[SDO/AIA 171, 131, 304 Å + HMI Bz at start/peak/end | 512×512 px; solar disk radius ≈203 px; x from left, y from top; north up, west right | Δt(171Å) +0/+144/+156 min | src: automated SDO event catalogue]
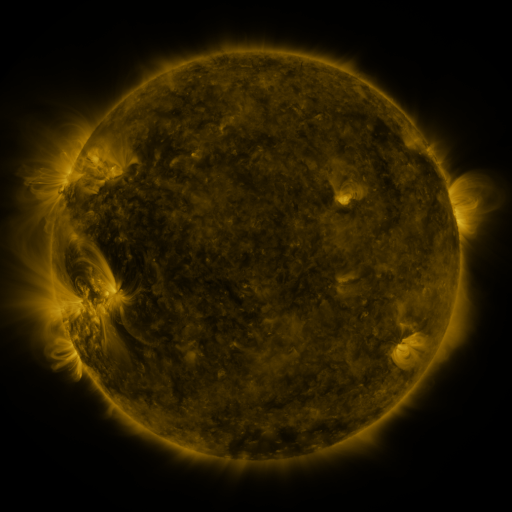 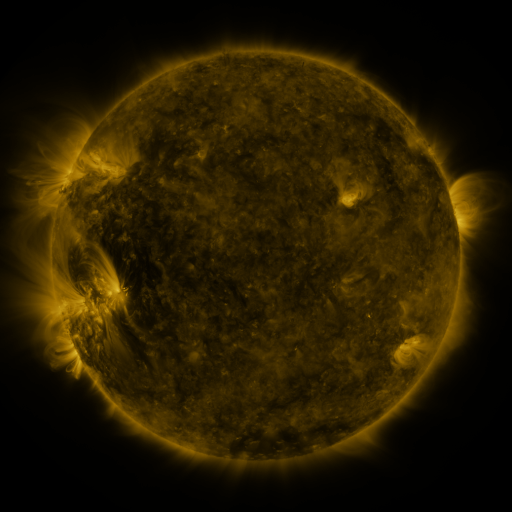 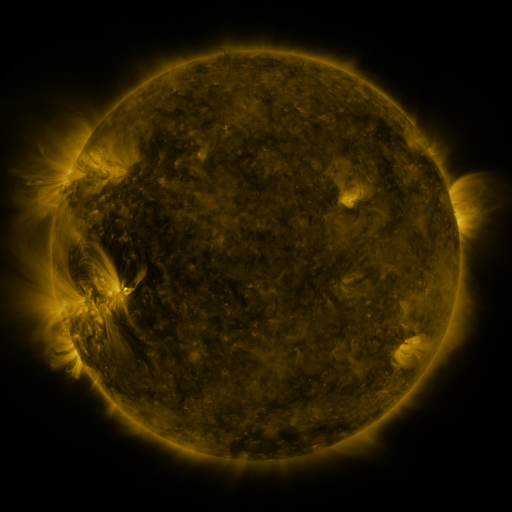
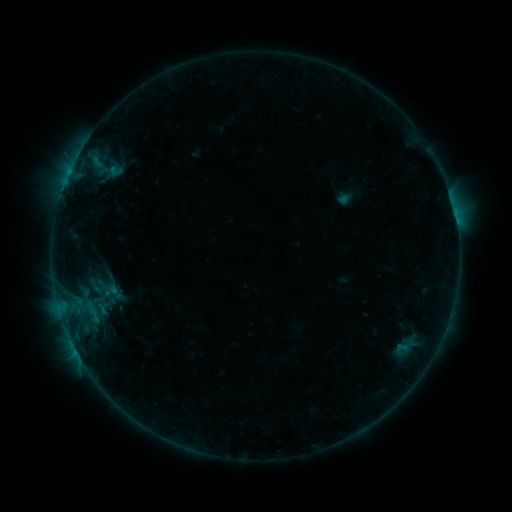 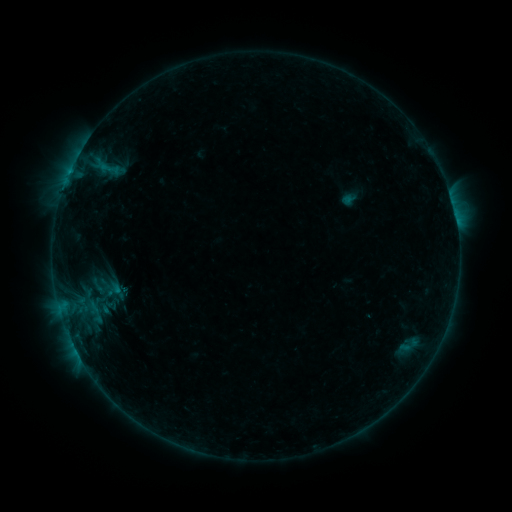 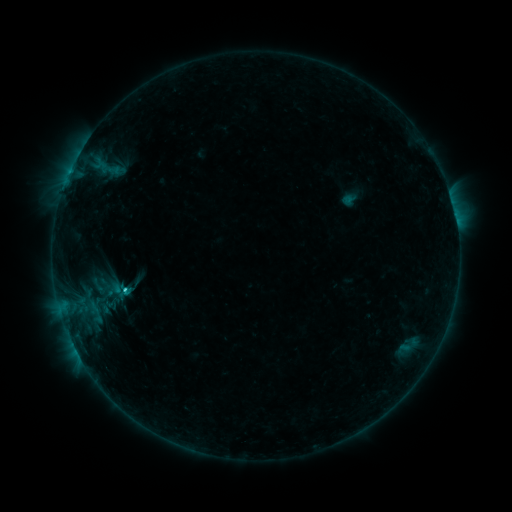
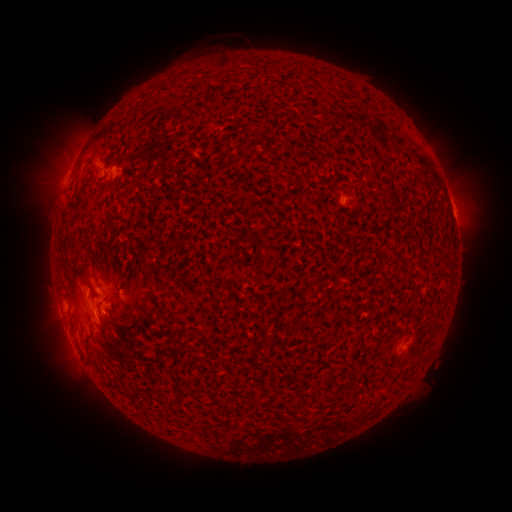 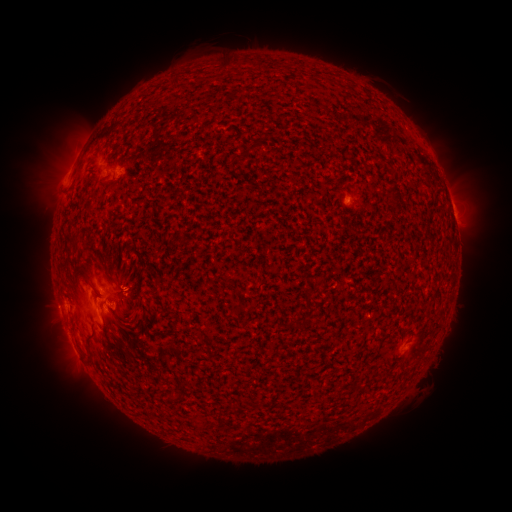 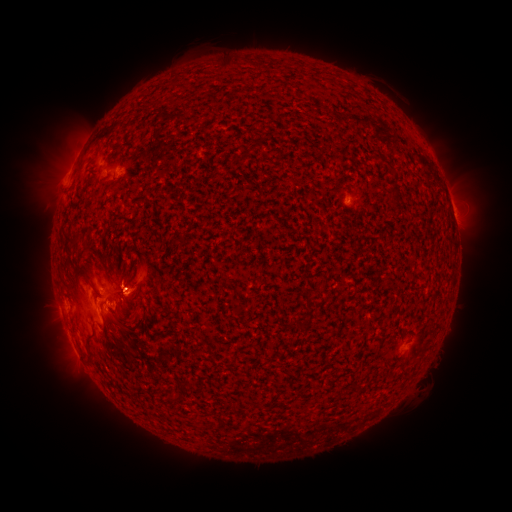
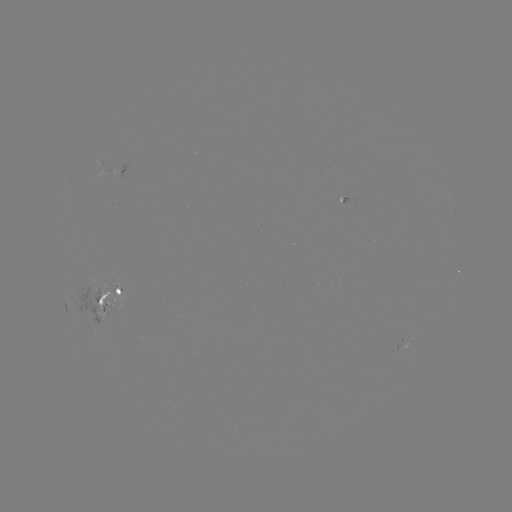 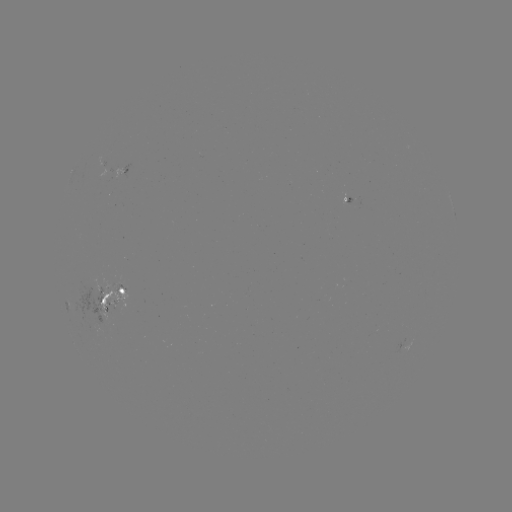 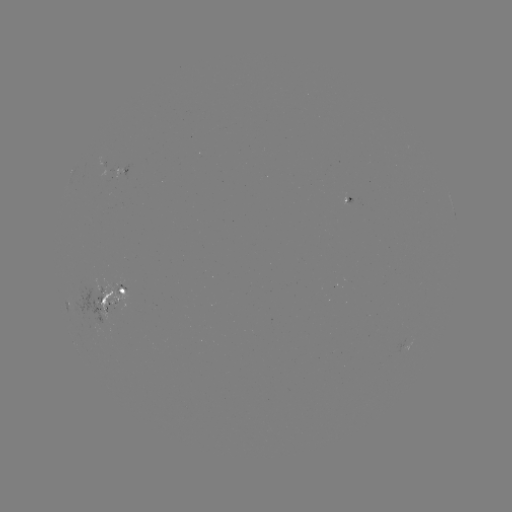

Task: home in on emerging-flux region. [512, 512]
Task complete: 99,310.